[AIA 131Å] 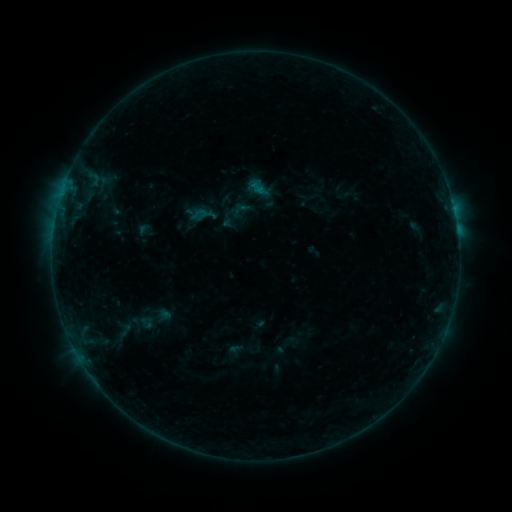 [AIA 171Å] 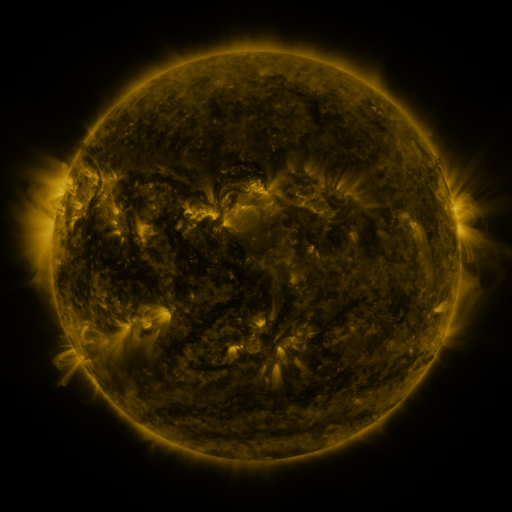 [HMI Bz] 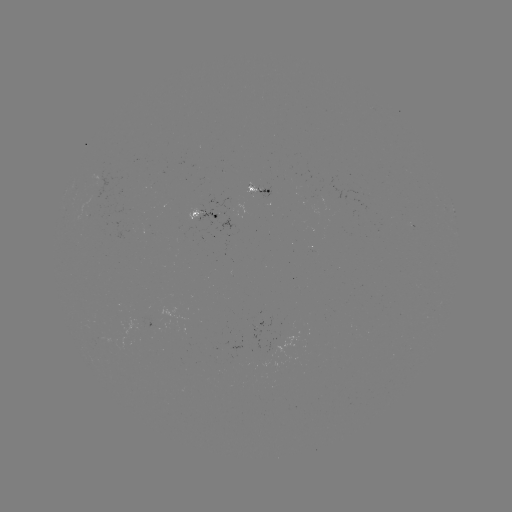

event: sigmoid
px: (257, 183)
